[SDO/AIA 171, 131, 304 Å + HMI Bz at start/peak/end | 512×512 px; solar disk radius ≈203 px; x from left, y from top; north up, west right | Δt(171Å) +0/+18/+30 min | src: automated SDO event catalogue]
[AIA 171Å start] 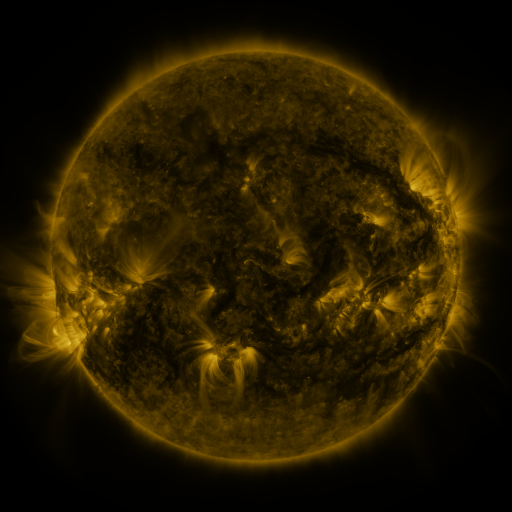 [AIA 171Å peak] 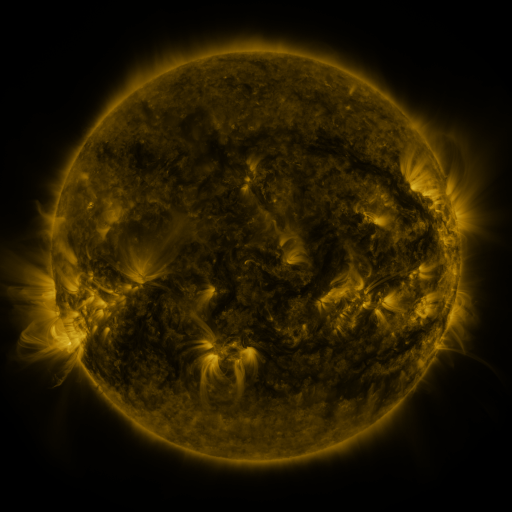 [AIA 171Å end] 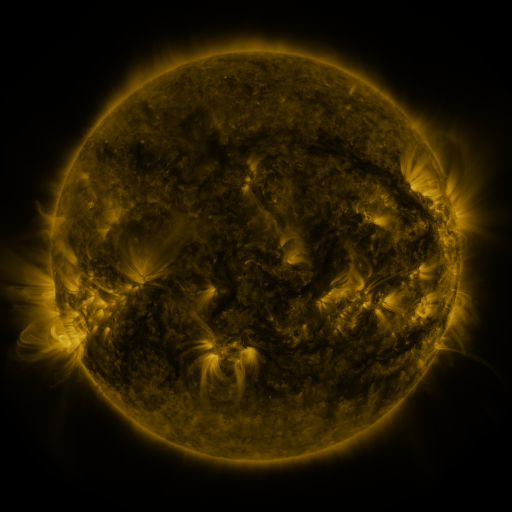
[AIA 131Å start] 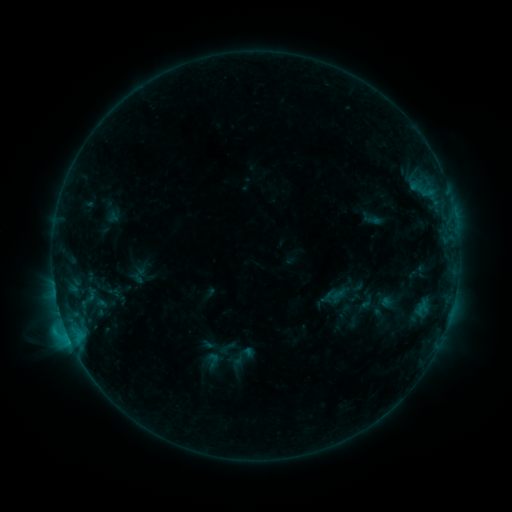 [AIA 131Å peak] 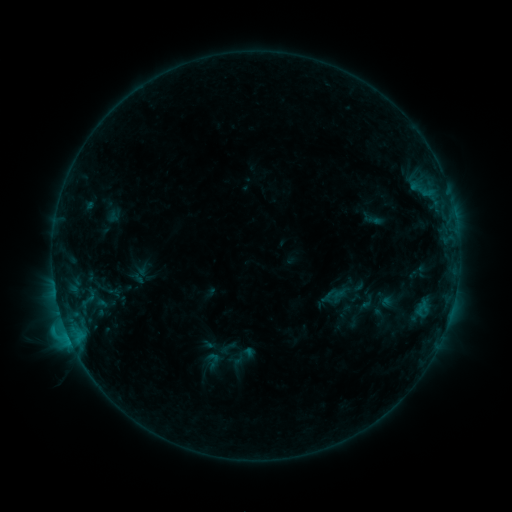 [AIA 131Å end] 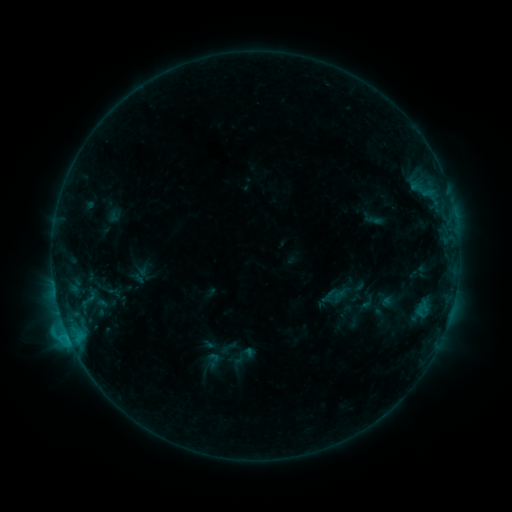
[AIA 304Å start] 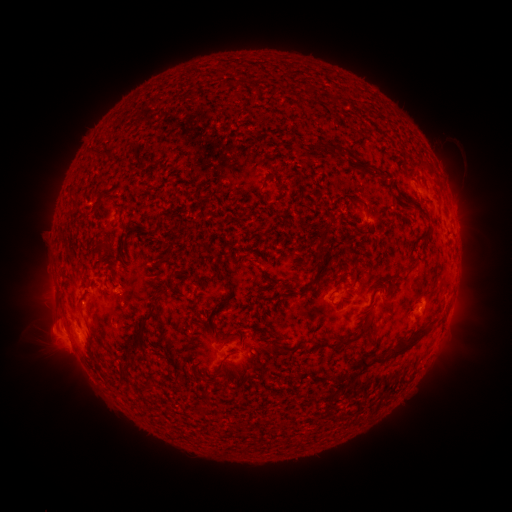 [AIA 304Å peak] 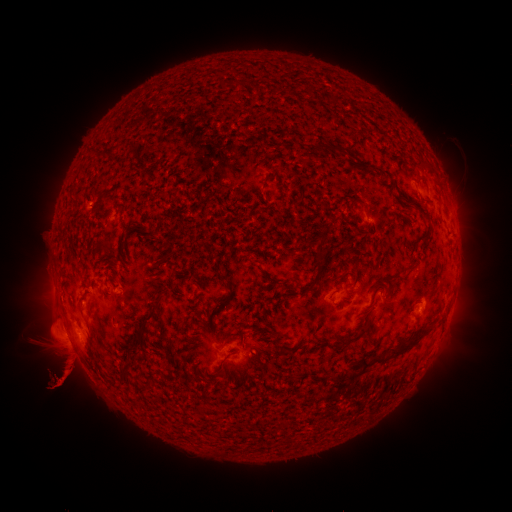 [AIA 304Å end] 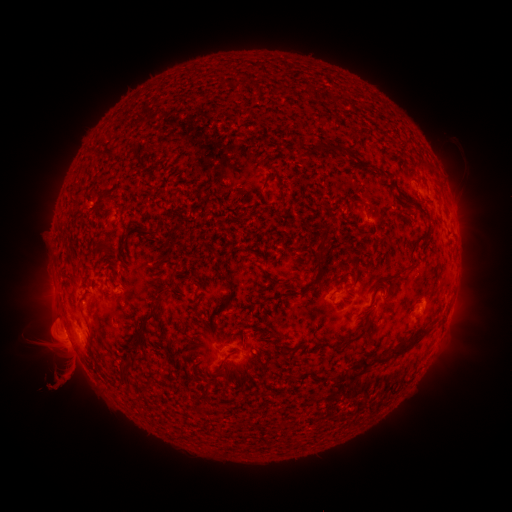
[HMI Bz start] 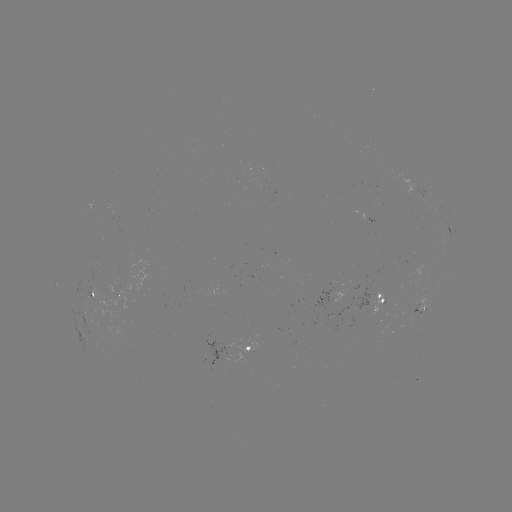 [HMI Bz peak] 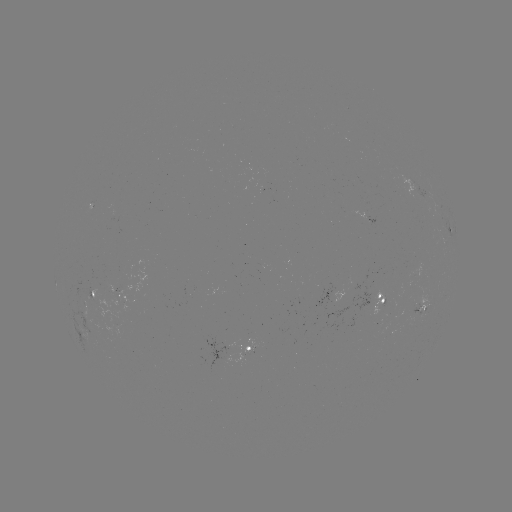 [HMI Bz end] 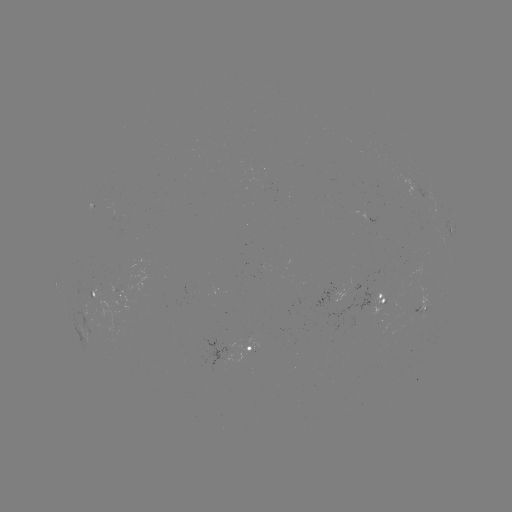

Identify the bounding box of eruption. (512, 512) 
[5, 336, 129, 409].